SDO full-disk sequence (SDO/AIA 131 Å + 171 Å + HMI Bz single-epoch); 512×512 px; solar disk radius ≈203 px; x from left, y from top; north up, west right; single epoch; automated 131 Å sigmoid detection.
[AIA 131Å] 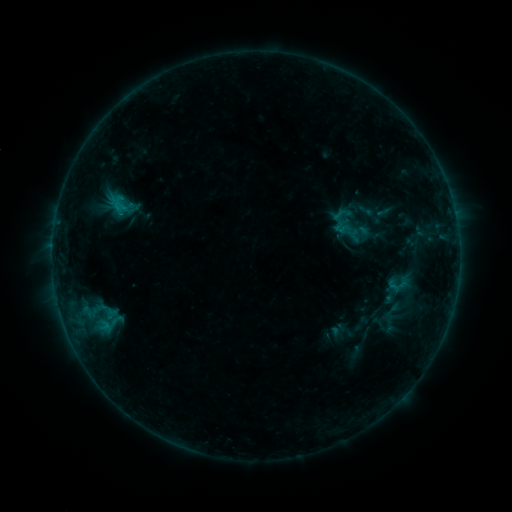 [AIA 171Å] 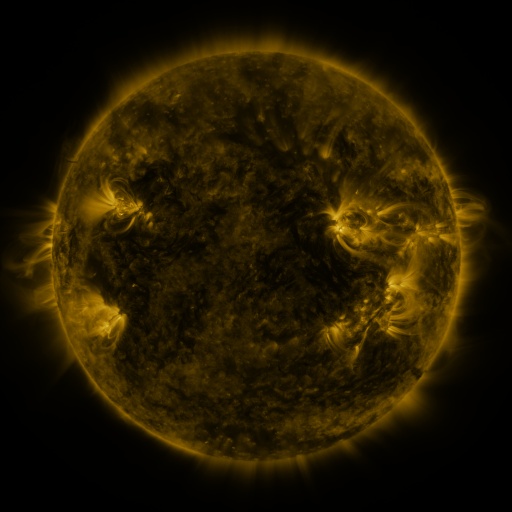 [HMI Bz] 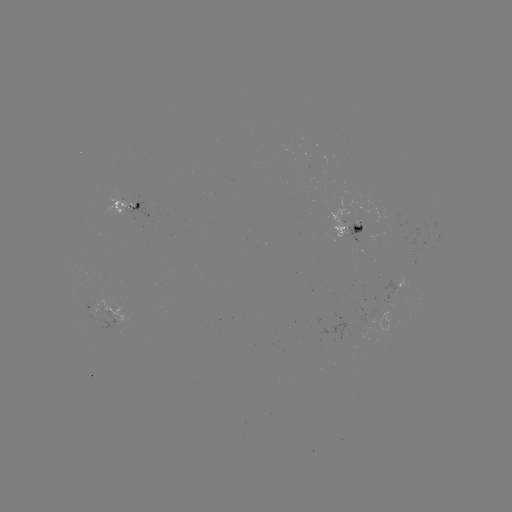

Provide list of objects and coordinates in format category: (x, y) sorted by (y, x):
sigmoid: (119, 202)
